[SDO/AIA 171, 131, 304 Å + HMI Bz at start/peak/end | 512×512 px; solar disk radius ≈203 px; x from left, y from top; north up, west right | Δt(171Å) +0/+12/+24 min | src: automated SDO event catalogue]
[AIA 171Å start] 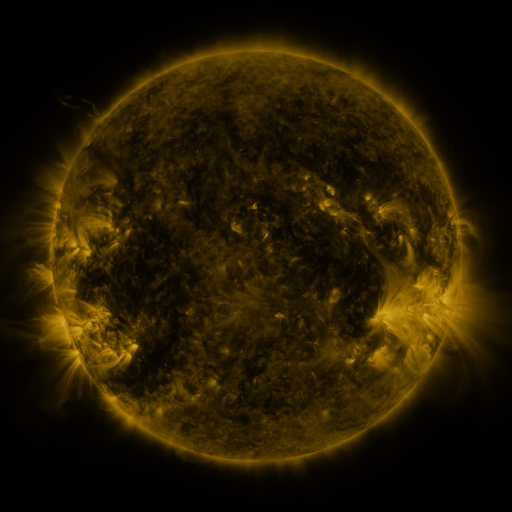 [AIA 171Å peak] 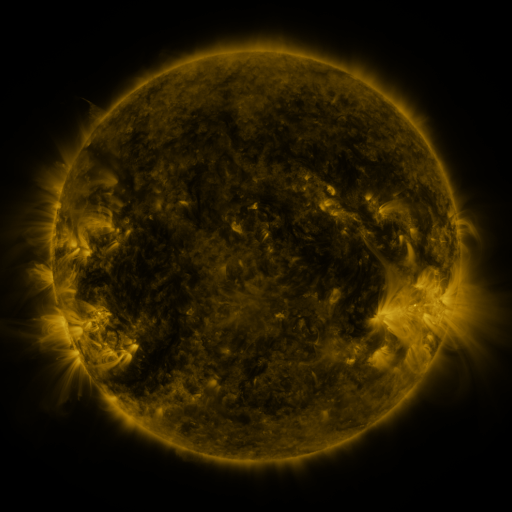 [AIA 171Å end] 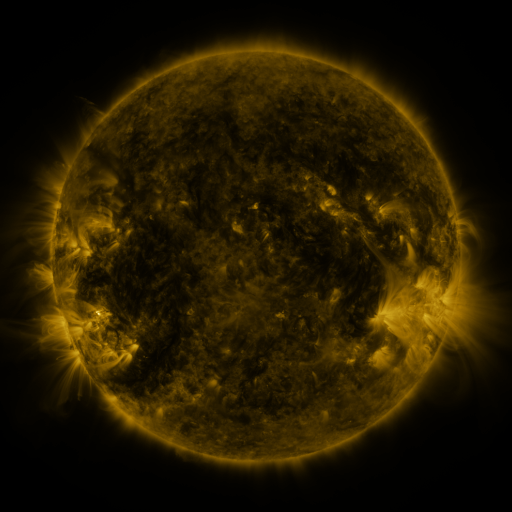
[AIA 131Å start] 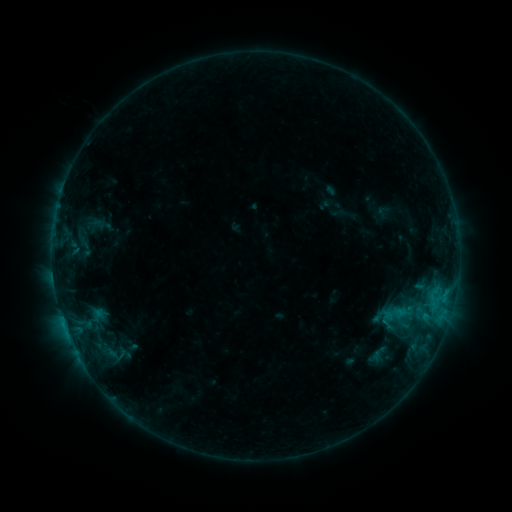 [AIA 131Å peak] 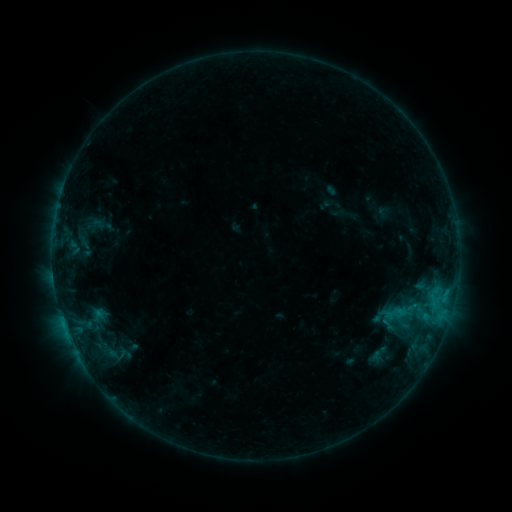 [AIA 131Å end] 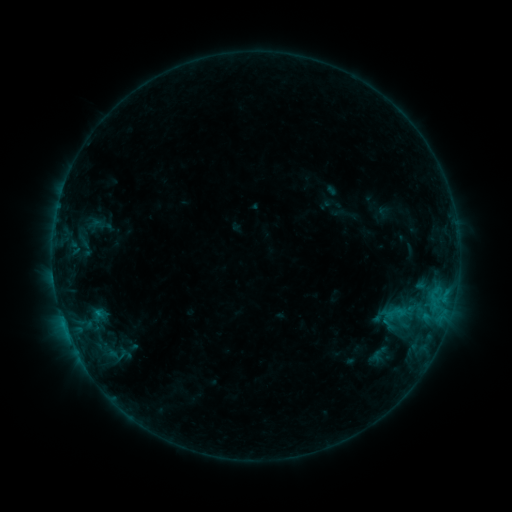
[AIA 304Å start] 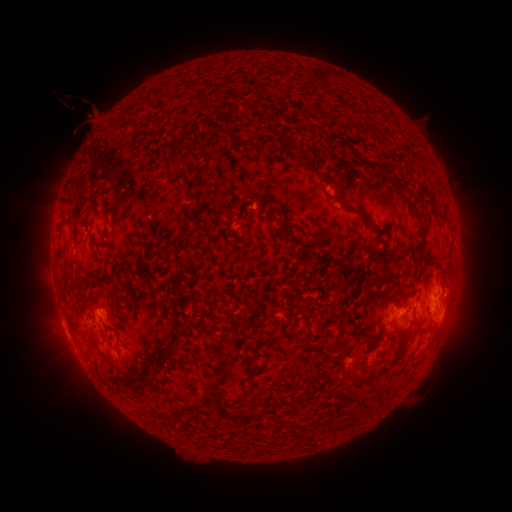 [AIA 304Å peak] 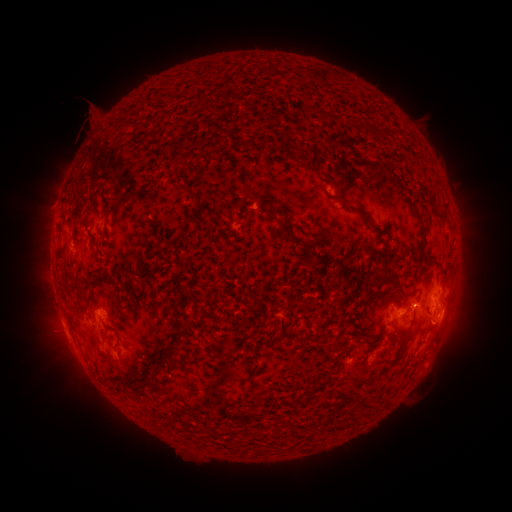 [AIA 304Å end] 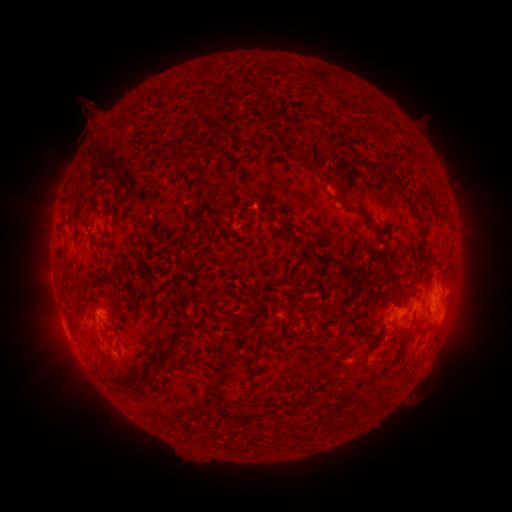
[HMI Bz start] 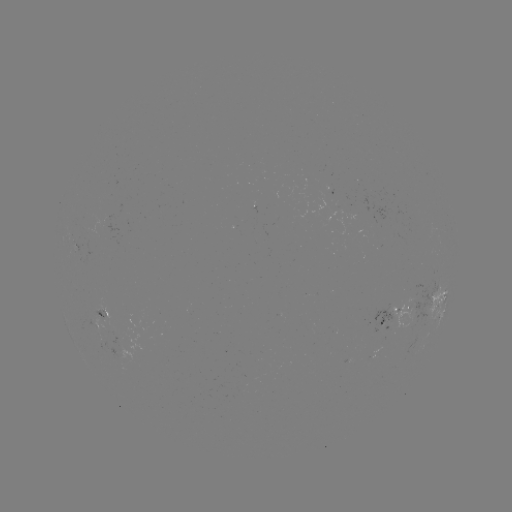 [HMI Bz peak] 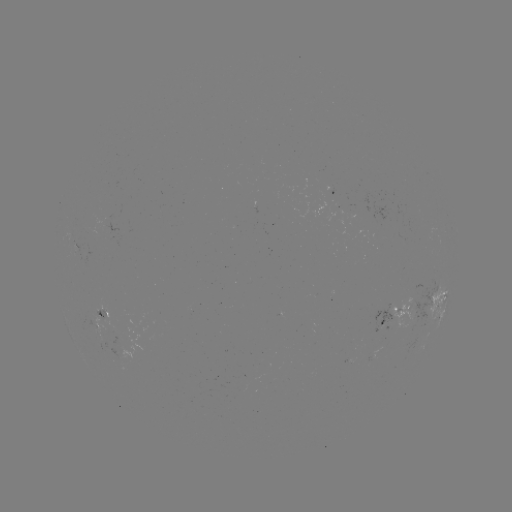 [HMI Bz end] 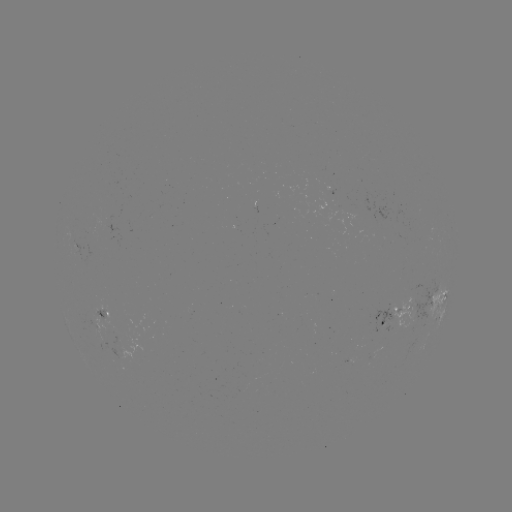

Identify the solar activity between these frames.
eruption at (96, 115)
